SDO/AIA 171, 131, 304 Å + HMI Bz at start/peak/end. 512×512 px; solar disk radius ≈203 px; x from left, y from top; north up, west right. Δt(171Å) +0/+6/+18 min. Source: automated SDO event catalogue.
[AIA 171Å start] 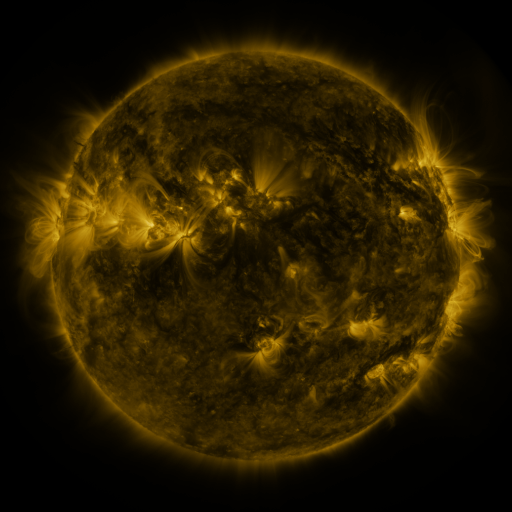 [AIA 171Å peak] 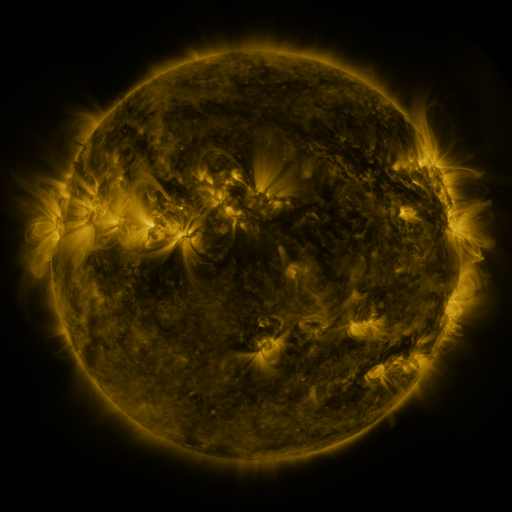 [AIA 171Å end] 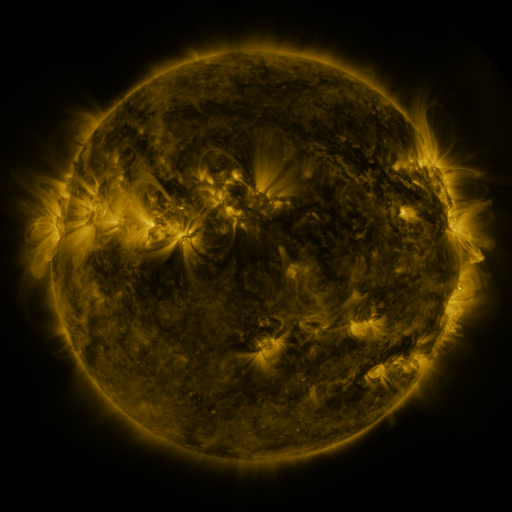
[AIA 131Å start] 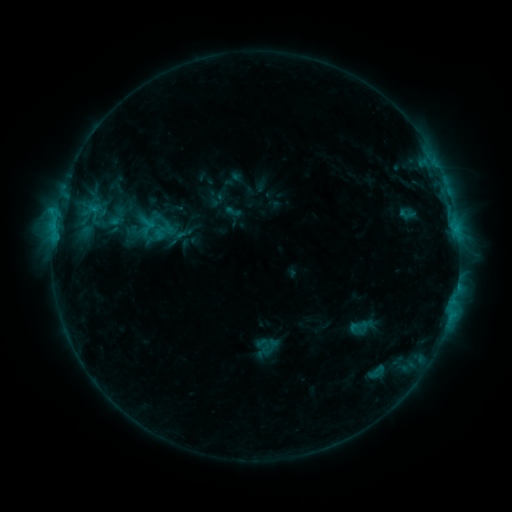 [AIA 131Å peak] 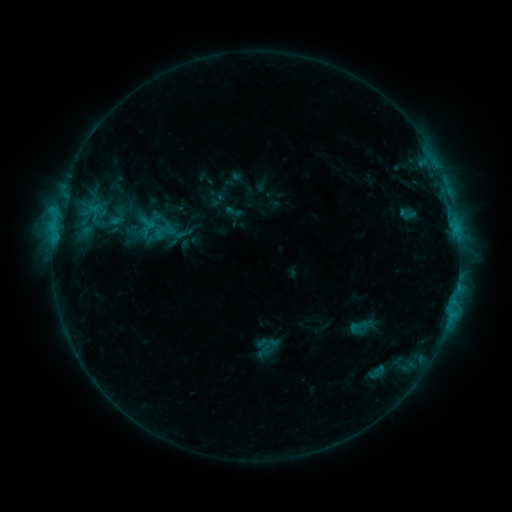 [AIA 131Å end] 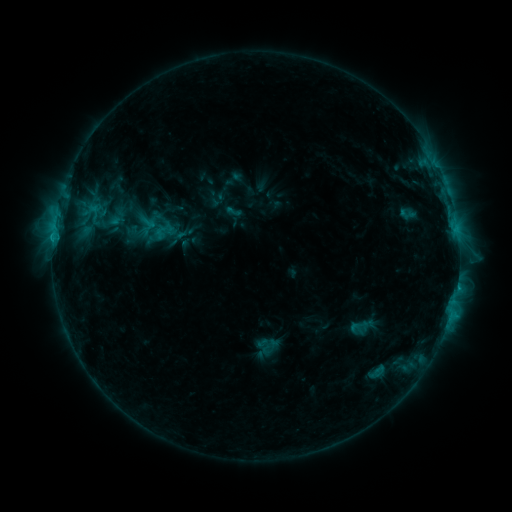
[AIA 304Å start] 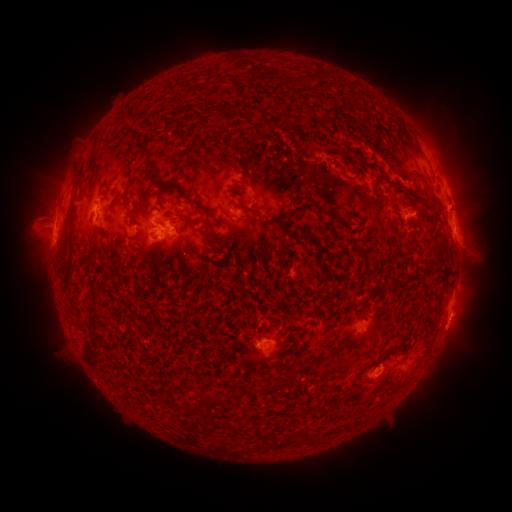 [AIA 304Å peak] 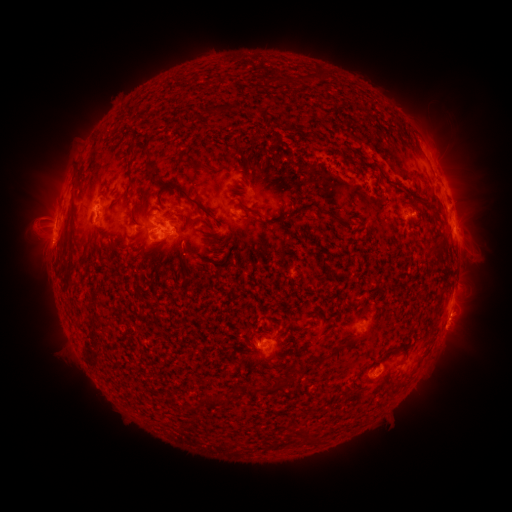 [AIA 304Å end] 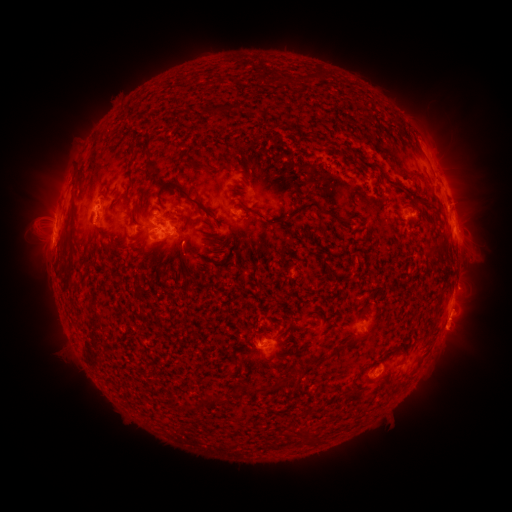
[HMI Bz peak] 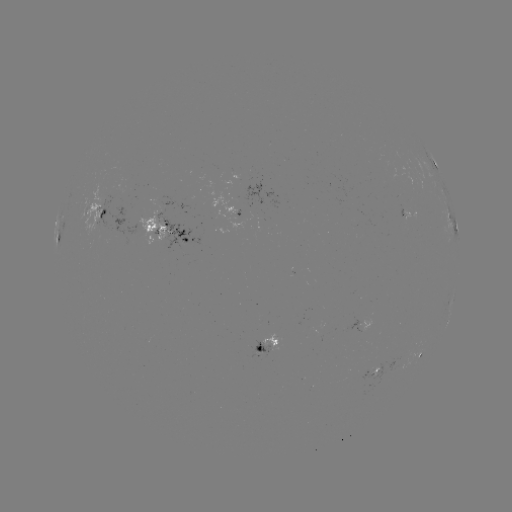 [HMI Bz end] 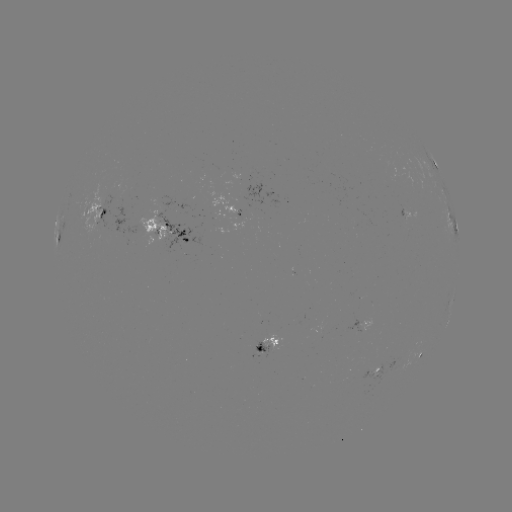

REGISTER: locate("C2.5 flare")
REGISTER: (53, 242)